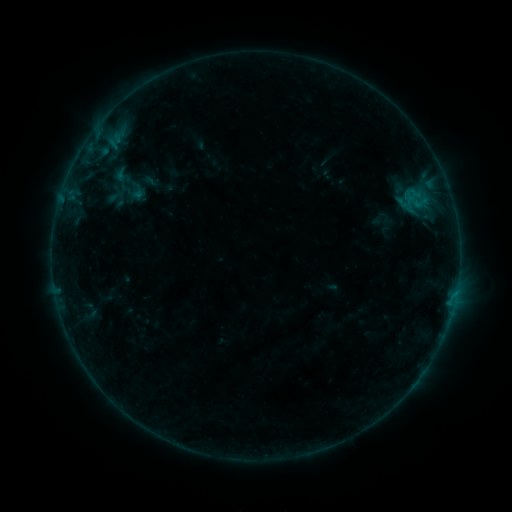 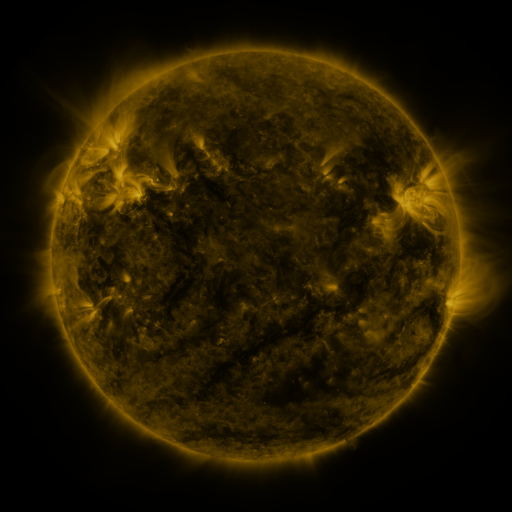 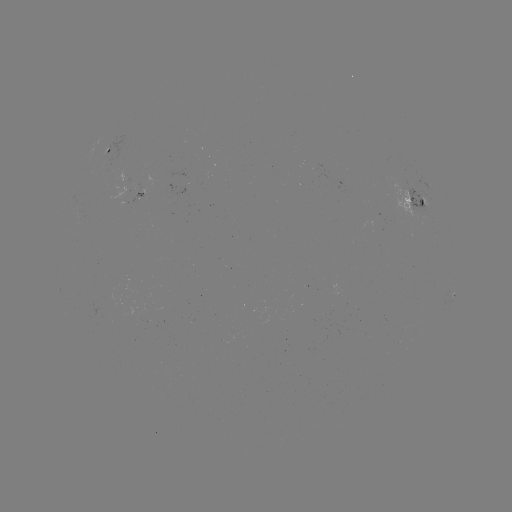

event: sigmoid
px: (121, 176)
